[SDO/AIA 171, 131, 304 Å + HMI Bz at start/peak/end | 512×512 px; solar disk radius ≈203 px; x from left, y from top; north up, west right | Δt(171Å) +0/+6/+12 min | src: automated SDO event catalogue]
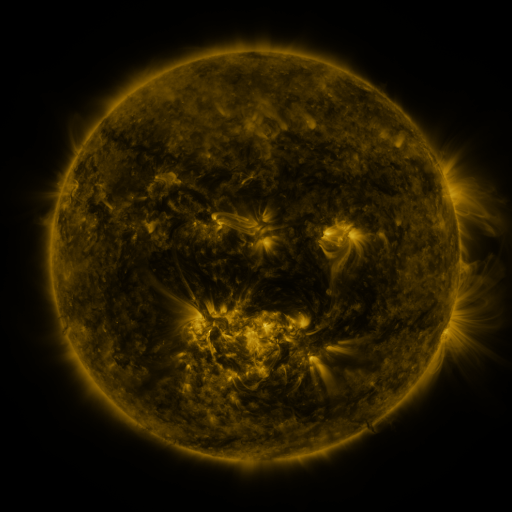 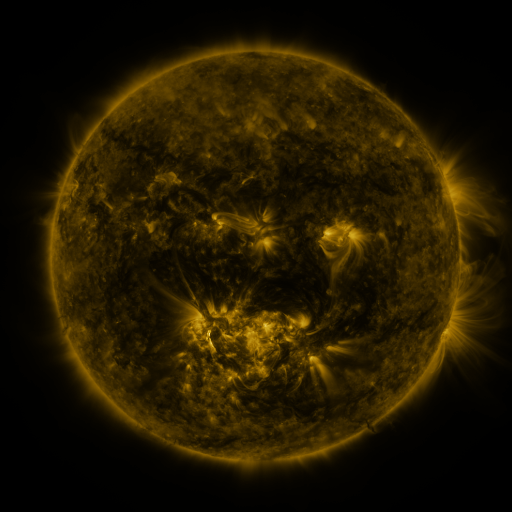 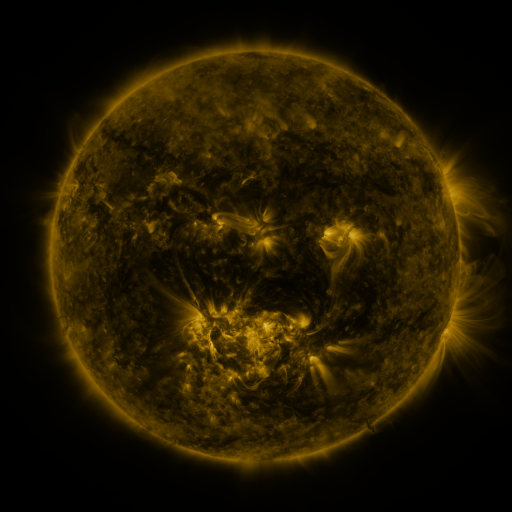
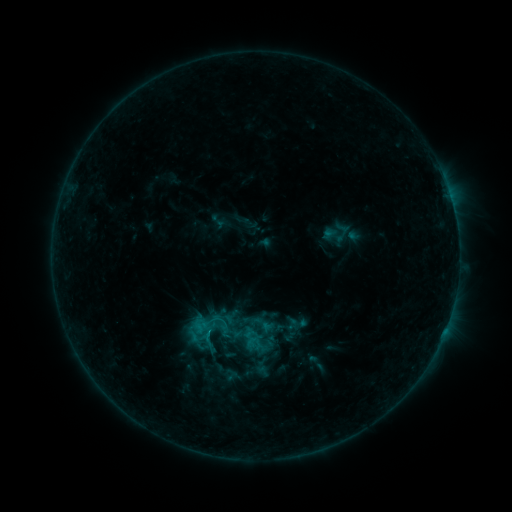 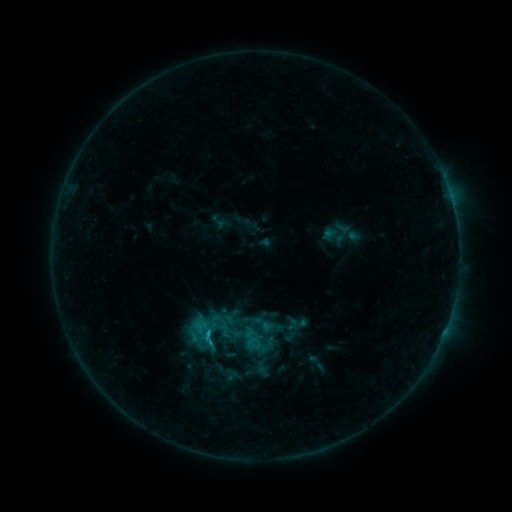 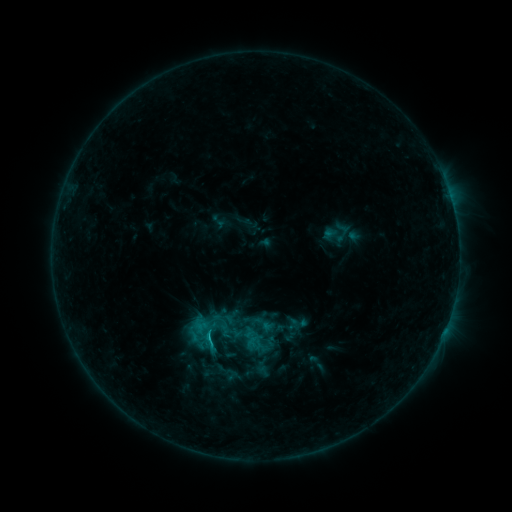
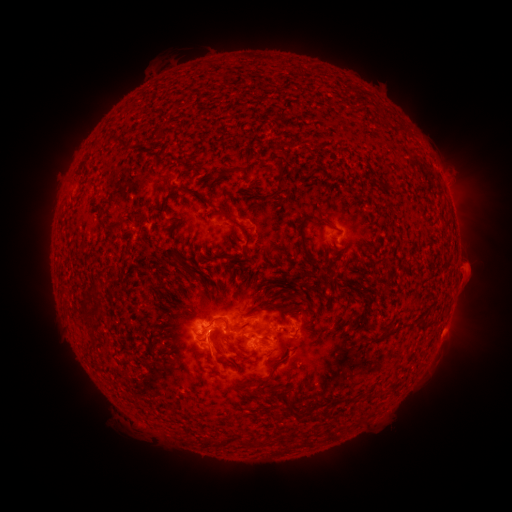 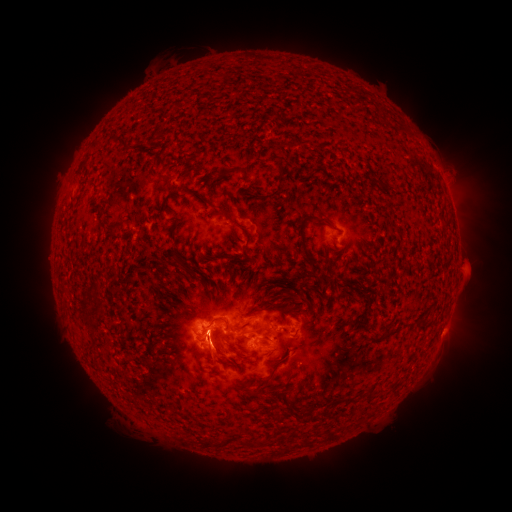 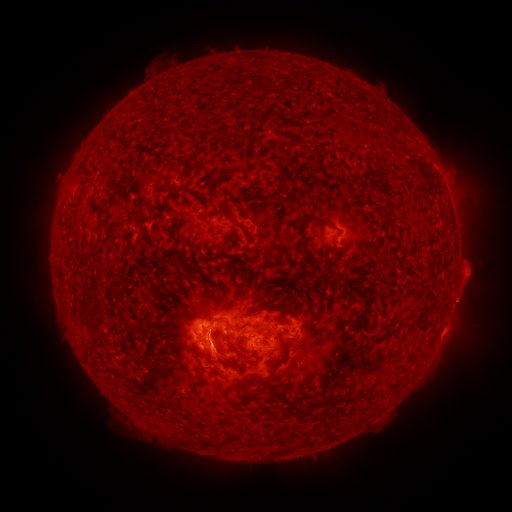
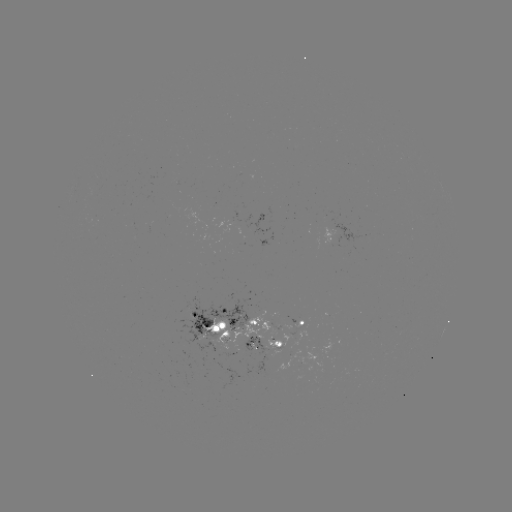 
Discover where C1.9 flare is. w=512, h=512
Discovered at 209,332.